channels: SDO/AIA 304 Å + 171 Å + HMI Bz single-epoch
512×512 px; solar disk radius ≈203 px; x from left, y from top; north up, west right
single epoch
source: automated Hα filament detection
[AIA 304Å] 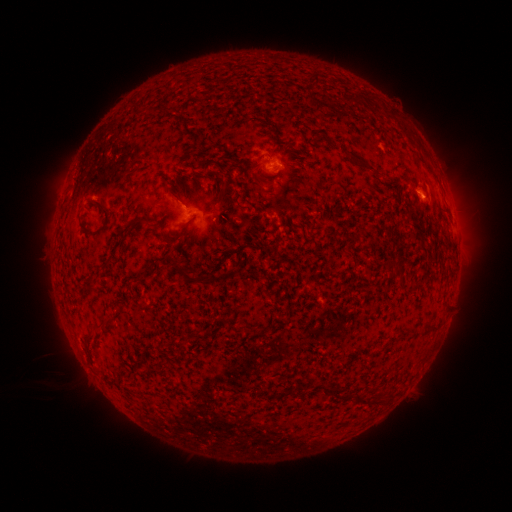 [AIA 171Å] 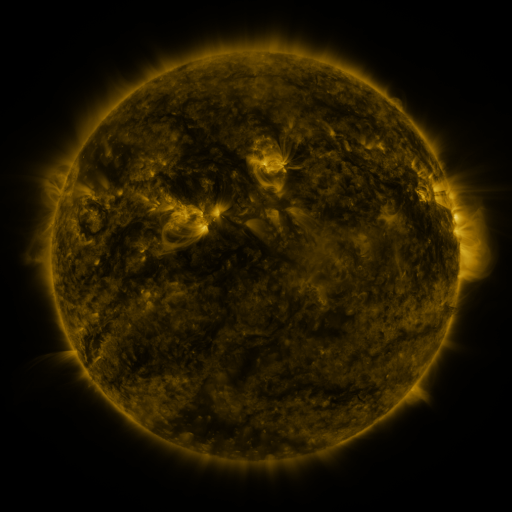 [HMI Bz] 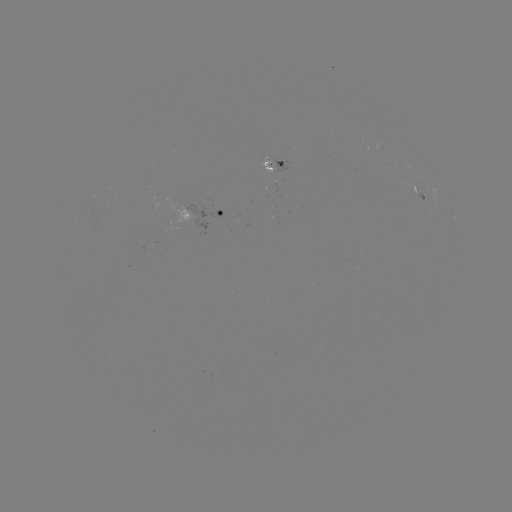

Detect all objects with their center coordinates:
filament: <bbox>311, 71, 320, 86</bbox>
filament: <bbox>399, 126, 409, 135</bbox>
filament: <bbox>345, 152, 375, 172</bbox>
filament: <bbox>254, 174, 265, 184</bbox>
filament: <bbox>217, 185, 227, 197</bbox>
filament: <bbox>171, 191, 186, 206</bbox>
filament: <bbox>233, 192, 245, 209</bbox>
filament: <bbox>92, 199, 109, 233</bbox>
filament: <bbox>127, 215, 152, 230</bbox>
filament: <bbox>161, 233, 170, 244</bbox>
filament: <bbox>171, 261, 204, 282</bbox>
filament: <bbox>207, 269, 220, 282</bbox>
filament: <bbox>85, 328, 96, 339</bbox>
filament: <bbox>353, 392, 380, 405</bbox>
